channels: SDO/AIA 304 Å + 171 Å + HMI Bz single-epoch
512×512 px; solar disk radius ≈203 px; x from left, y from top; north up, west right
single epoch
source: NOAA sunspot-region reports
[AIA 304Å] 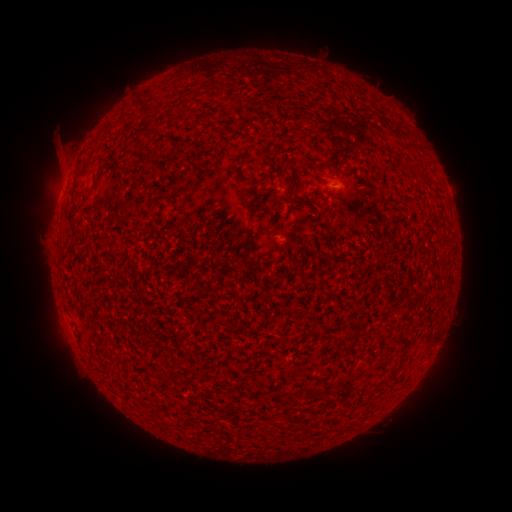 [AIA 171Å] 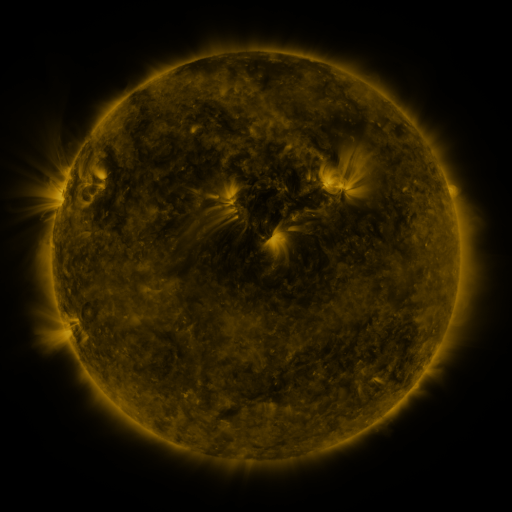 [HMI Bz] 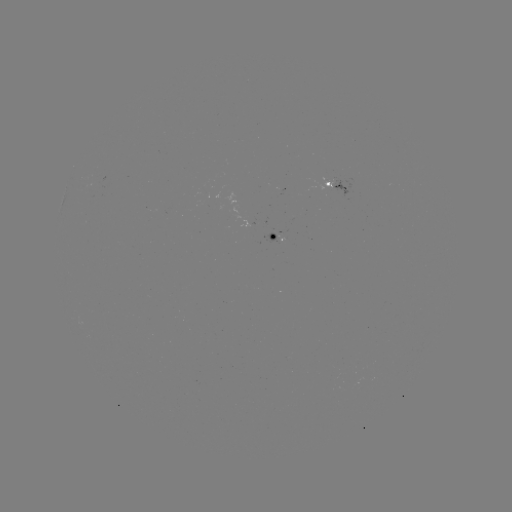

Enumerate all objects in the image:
spotted active region: (335, 181)
spotted active region: (276, 235)
